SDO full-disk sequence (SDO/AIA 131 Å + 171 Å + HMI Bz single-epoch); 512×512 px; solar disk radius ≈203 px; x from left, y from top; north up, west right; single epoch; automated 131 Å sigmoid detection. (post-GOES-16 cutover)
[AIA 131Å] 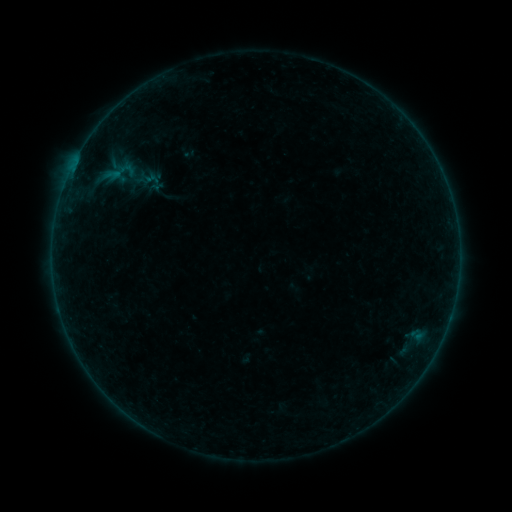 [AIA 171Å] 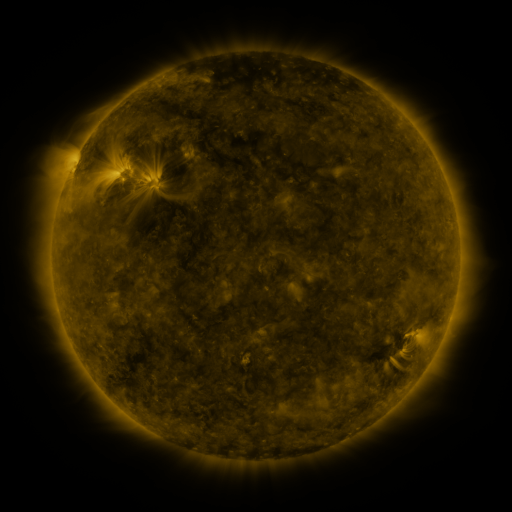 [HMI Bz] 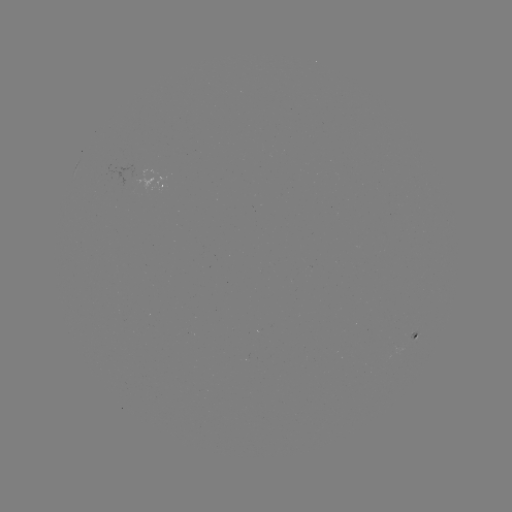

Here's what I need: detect sigmoid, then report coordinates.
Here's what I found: sigmoid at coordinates (120, 172).